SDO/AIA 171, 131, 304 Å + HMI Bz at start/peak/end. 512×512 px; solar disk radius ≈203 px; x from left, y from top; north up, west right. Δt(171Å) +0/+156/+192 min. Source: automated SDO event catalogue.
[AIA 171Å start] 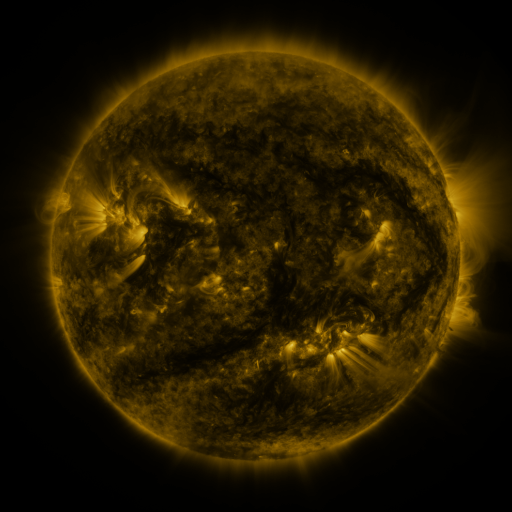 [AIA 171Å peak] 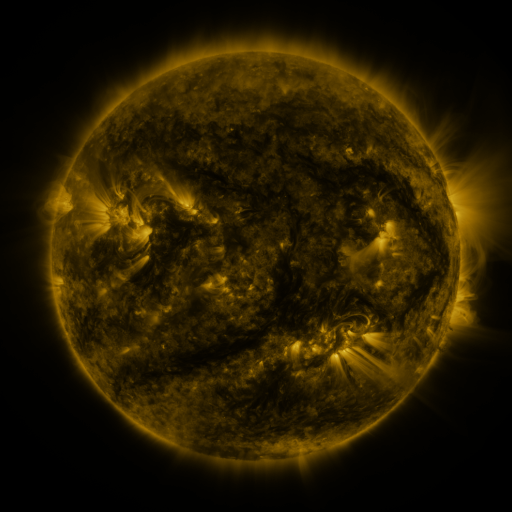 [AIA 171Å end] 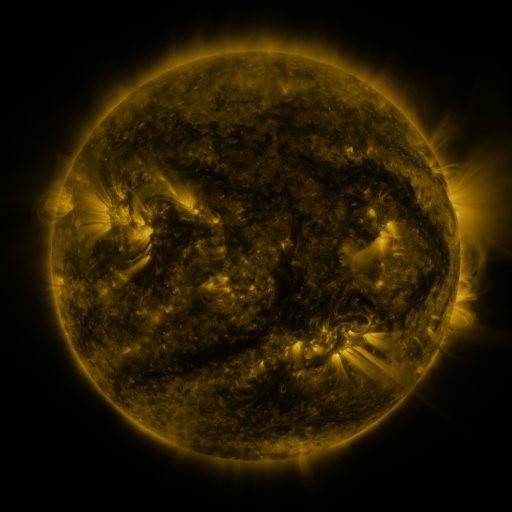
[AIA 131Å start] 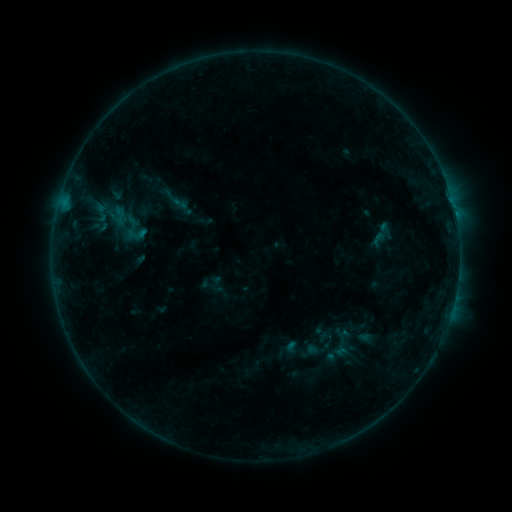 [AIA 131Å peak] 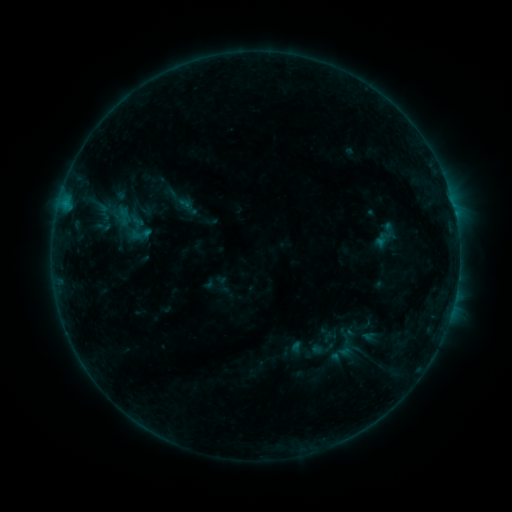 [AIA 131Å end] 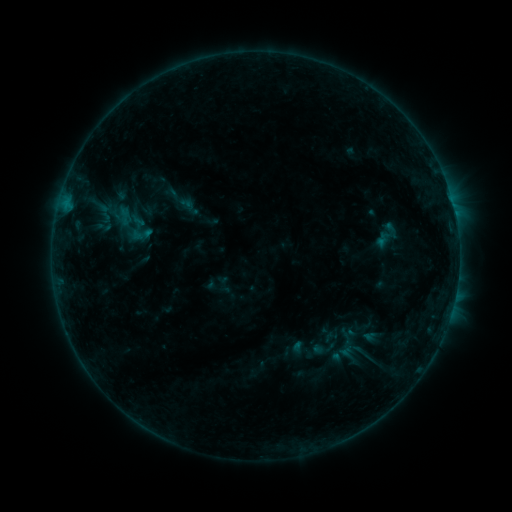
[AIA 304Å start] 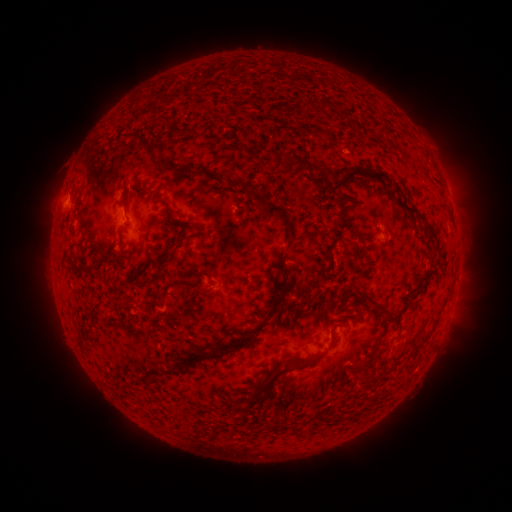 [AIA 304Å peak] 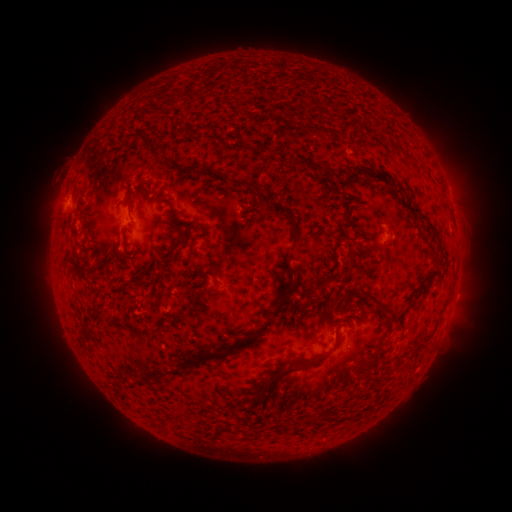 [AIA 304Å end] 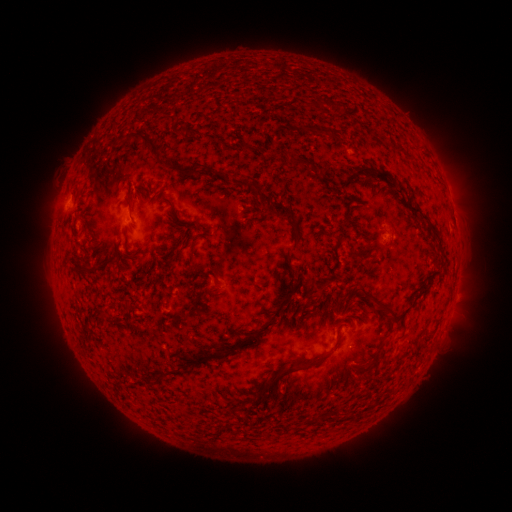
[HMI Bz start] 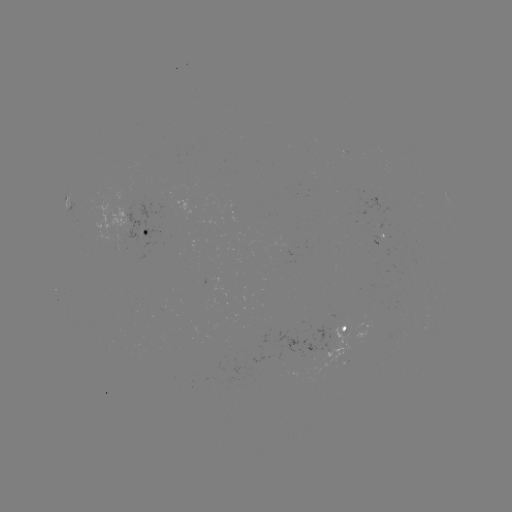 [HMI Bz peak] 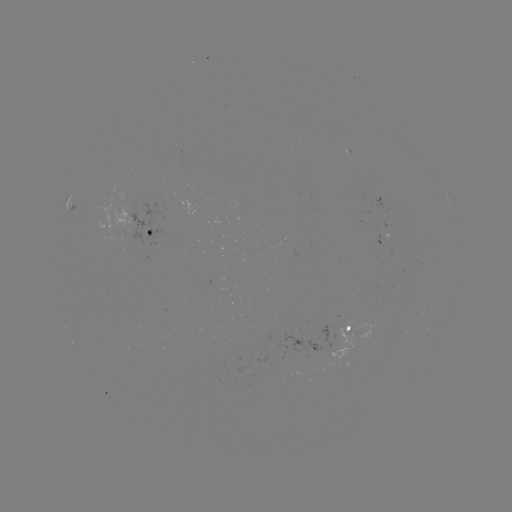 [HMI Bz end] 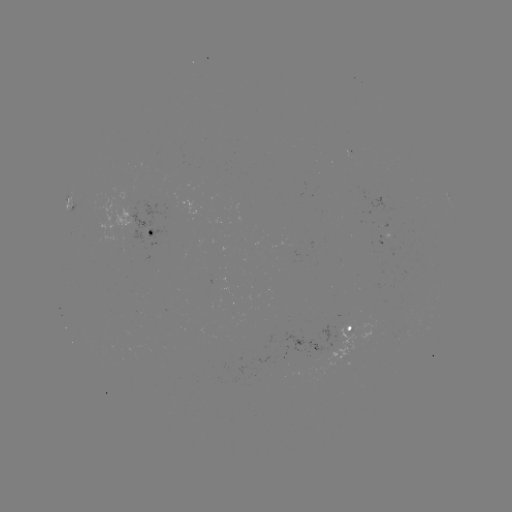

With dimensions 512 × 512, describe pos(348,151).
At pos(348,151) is emerging-flux region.